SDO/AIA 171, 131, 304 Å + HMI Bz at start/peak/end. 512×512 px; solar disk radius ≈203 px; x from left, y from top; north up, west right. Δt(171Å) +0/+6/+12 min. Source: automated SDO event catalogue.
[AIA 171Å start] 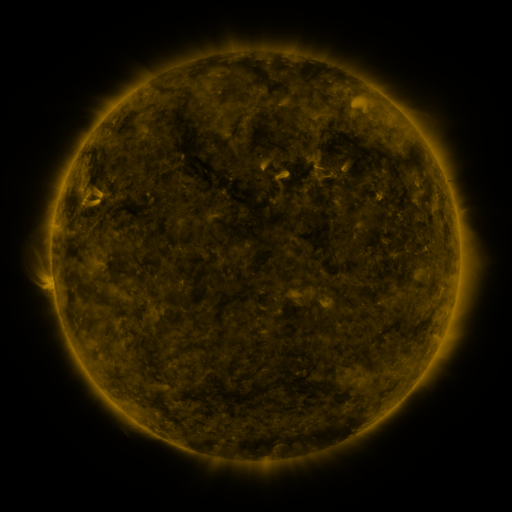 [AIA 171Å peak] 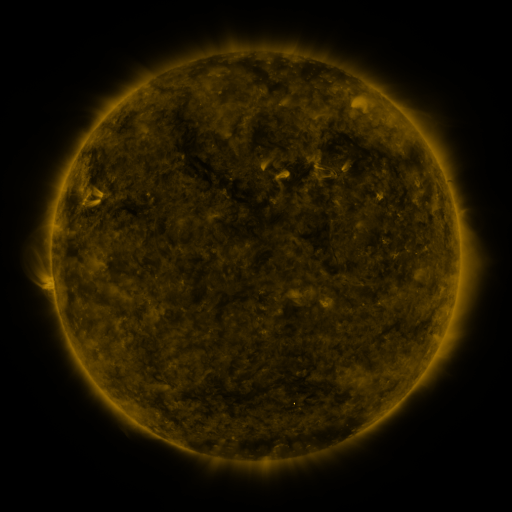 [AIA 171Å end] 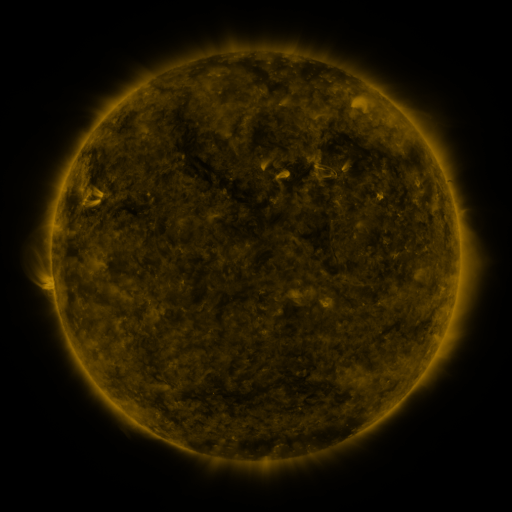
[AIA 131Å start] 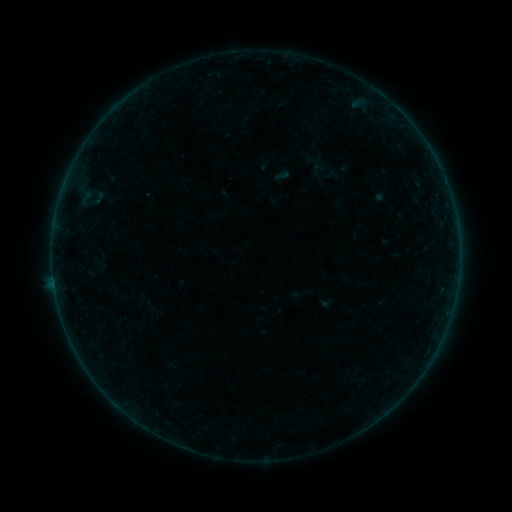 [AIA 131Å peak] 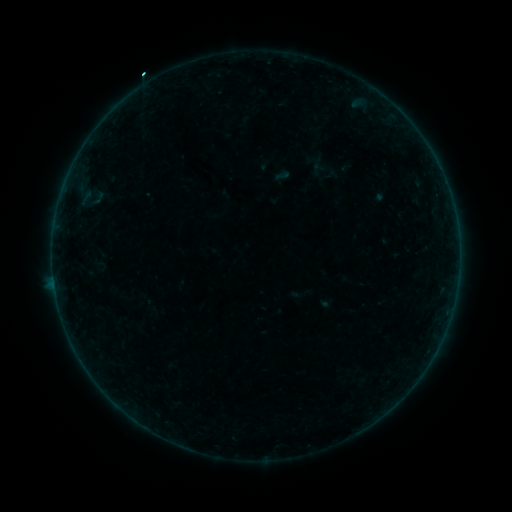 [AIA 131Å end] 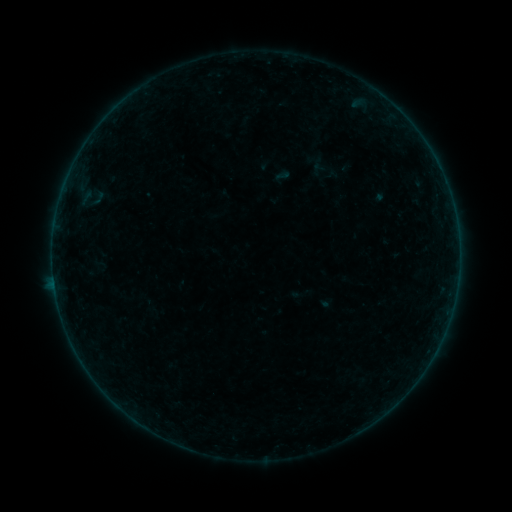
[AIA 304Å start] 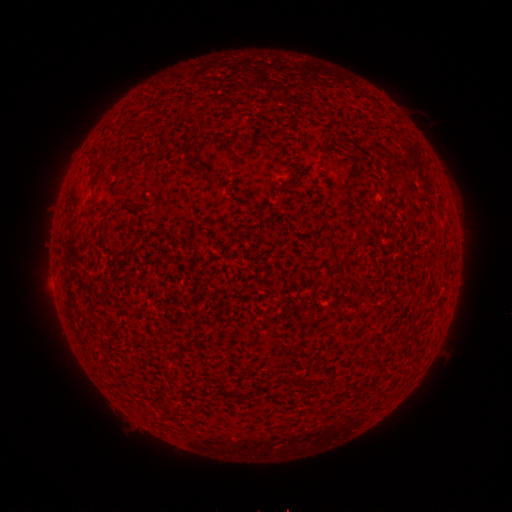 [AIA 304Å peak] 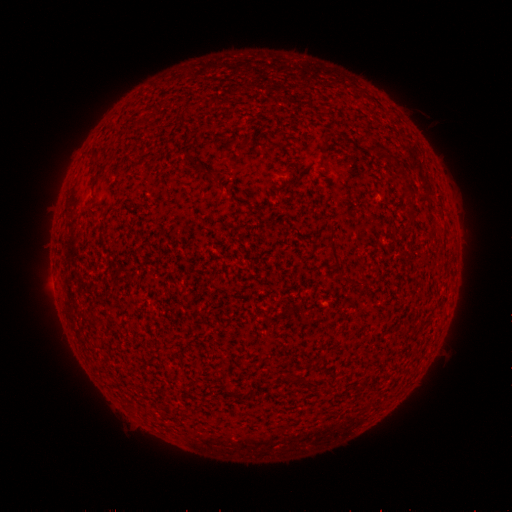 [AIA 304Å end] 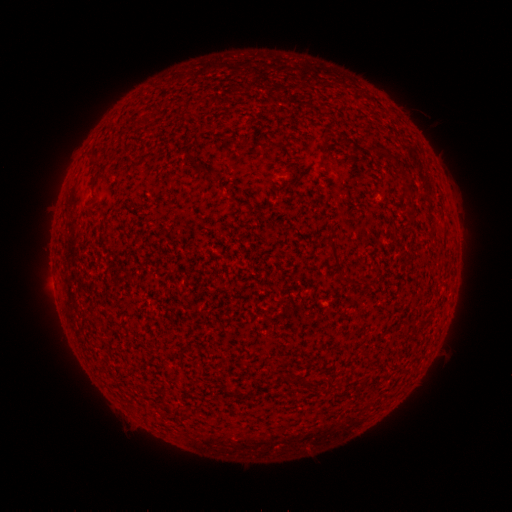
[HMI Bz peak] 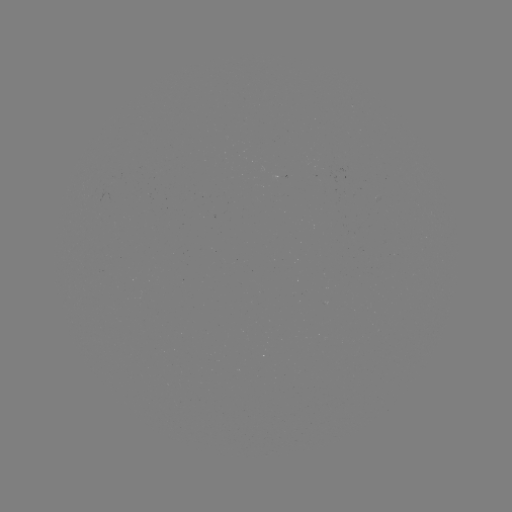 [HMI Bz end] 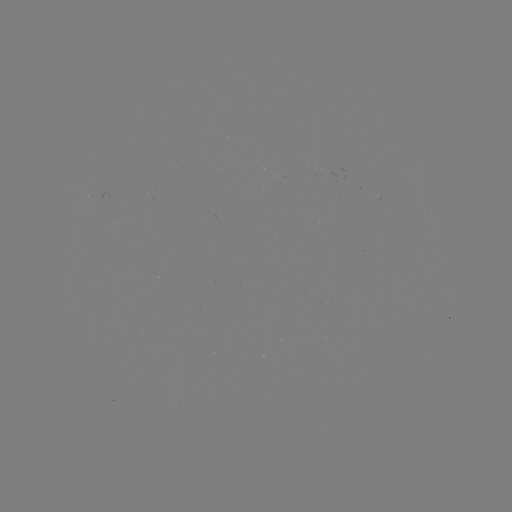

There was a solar flare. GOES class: B2.1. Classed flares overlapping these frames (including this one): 1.